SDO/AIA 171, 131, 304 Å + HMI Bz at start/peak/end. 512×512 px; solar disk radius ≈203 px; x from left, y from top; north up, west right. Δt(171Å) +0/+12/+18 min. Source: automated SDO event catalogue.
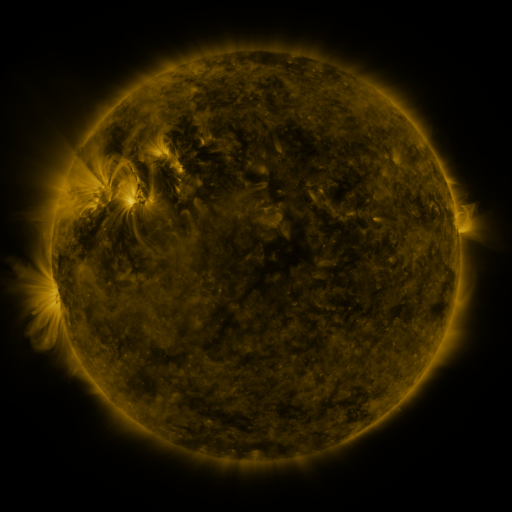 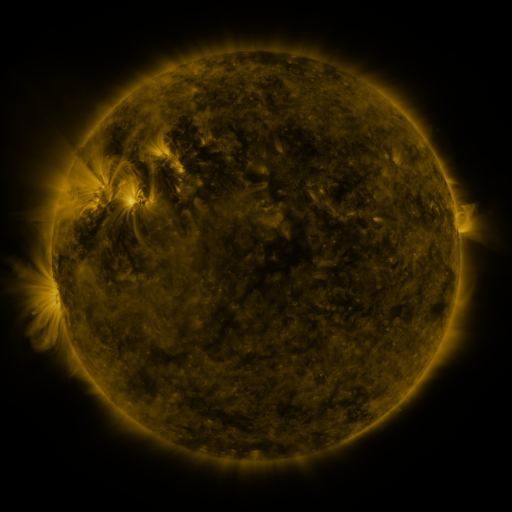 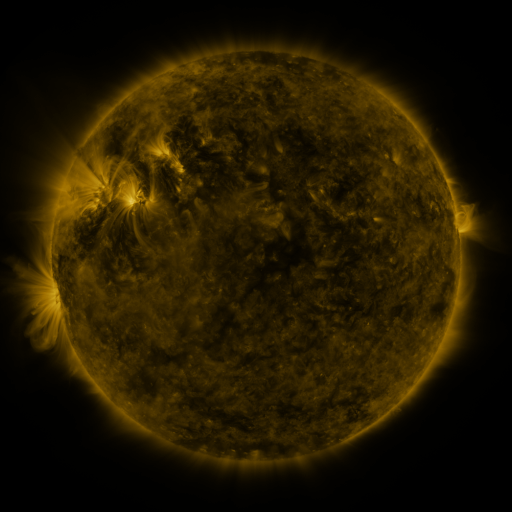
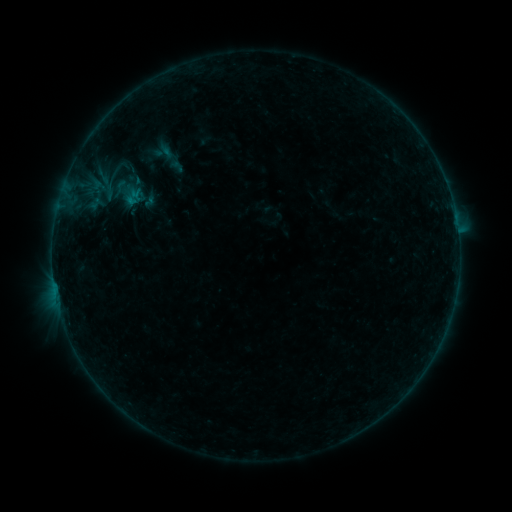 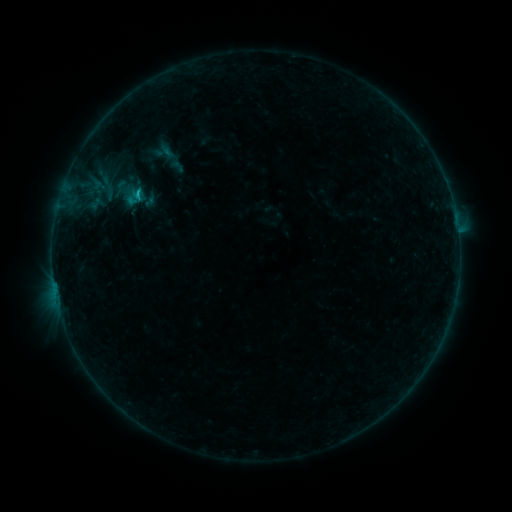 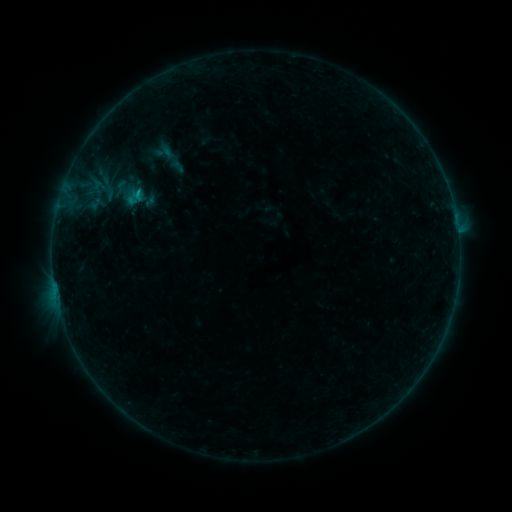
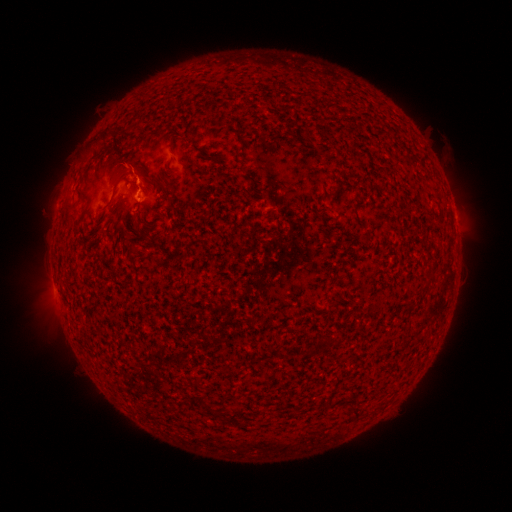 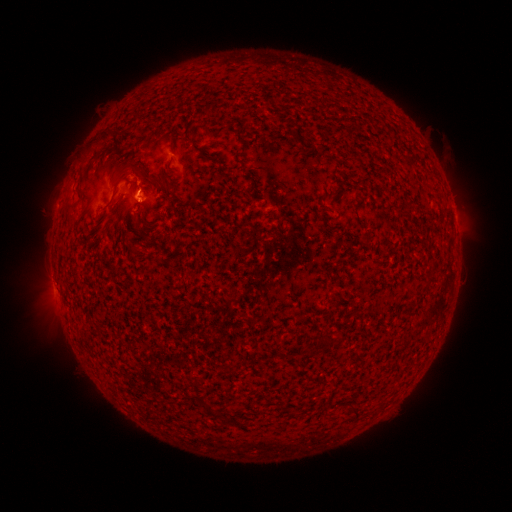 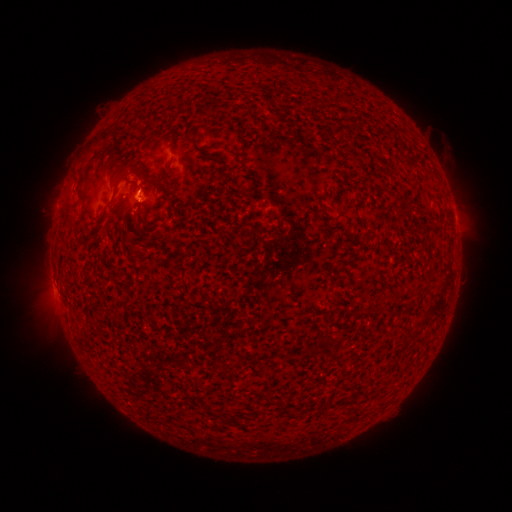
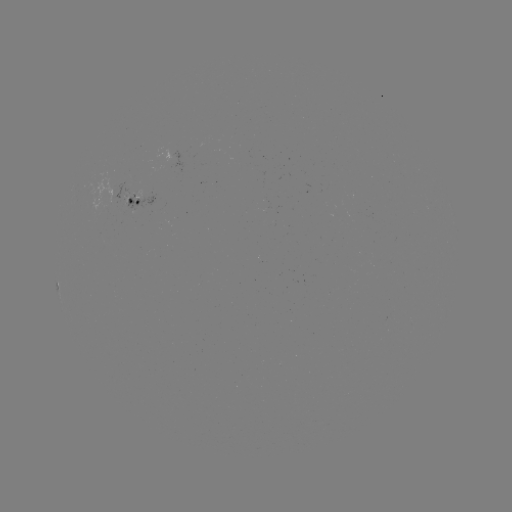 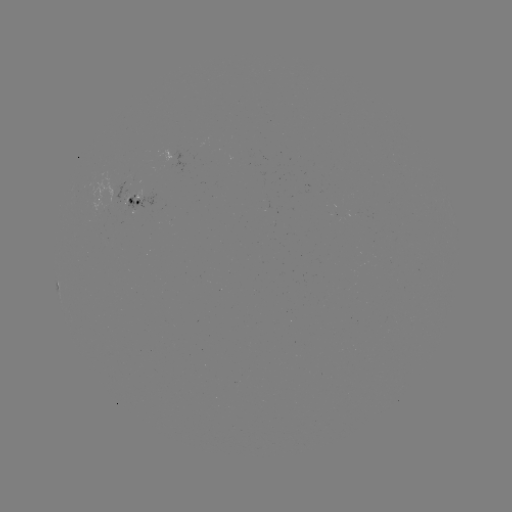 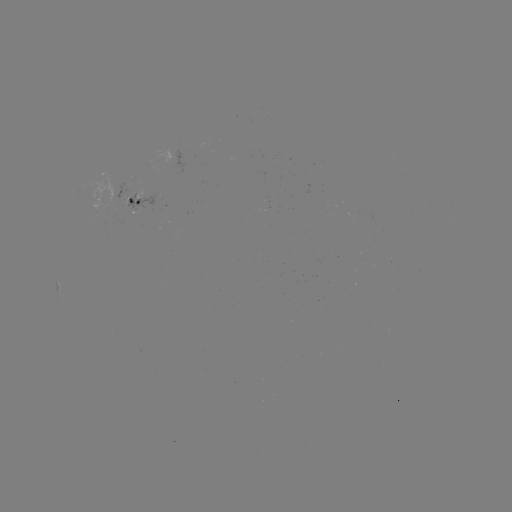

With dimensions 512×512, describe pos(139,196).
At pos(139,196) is B6.2 flare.